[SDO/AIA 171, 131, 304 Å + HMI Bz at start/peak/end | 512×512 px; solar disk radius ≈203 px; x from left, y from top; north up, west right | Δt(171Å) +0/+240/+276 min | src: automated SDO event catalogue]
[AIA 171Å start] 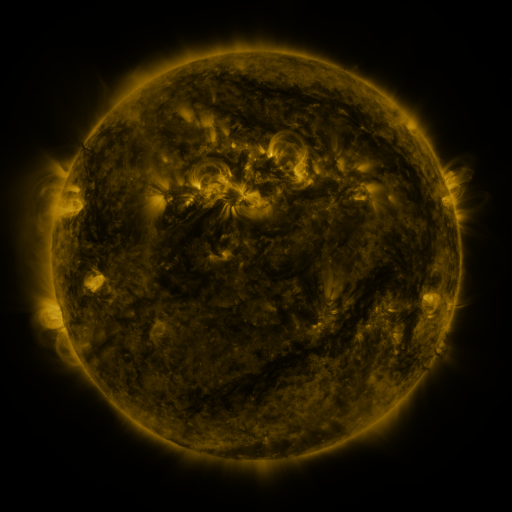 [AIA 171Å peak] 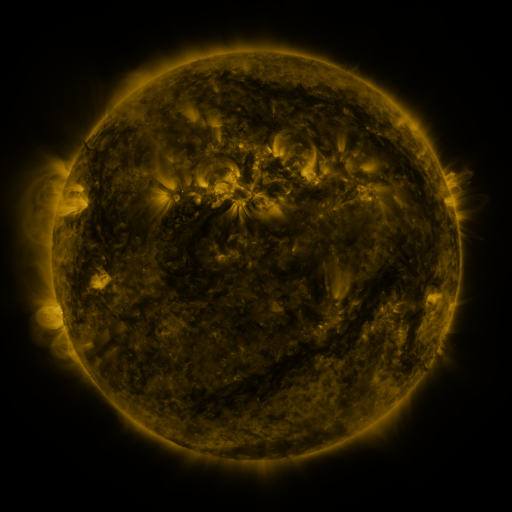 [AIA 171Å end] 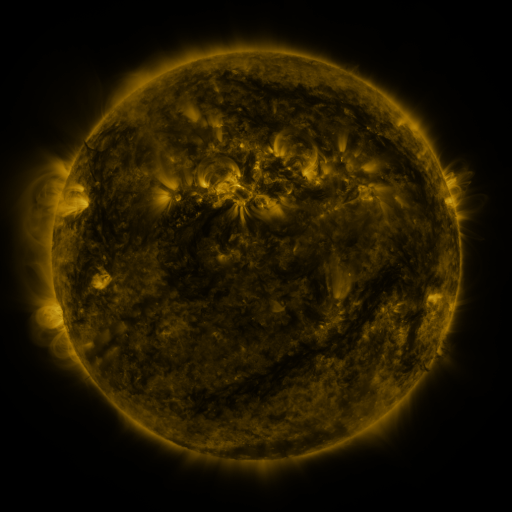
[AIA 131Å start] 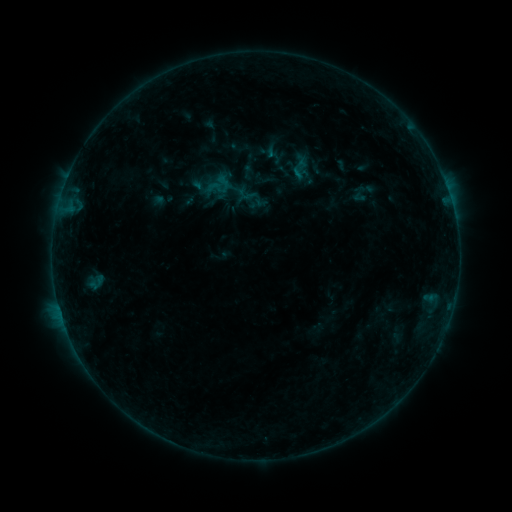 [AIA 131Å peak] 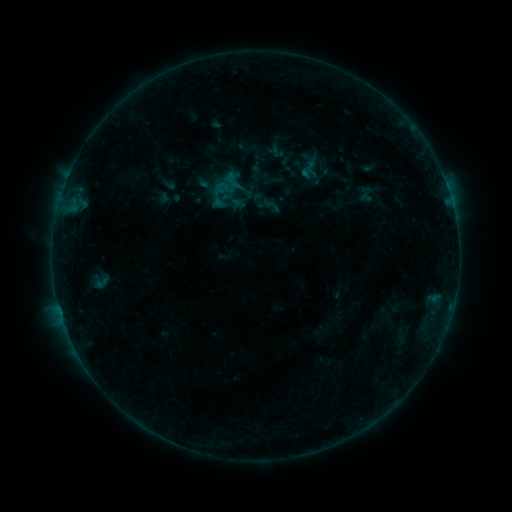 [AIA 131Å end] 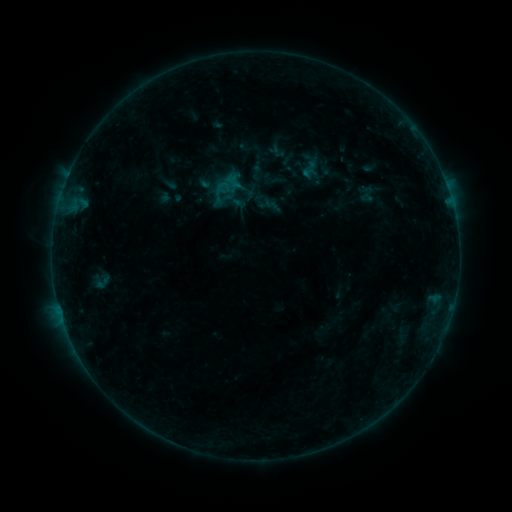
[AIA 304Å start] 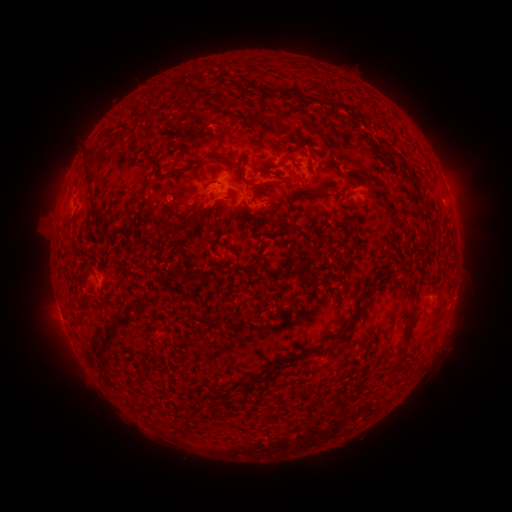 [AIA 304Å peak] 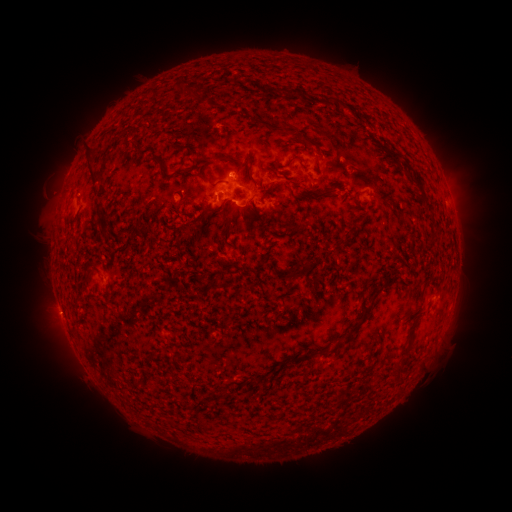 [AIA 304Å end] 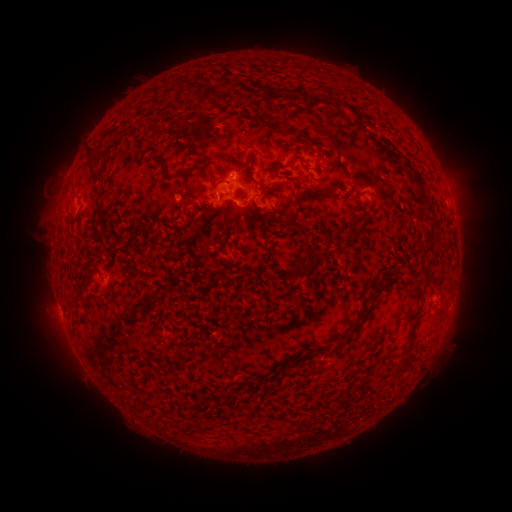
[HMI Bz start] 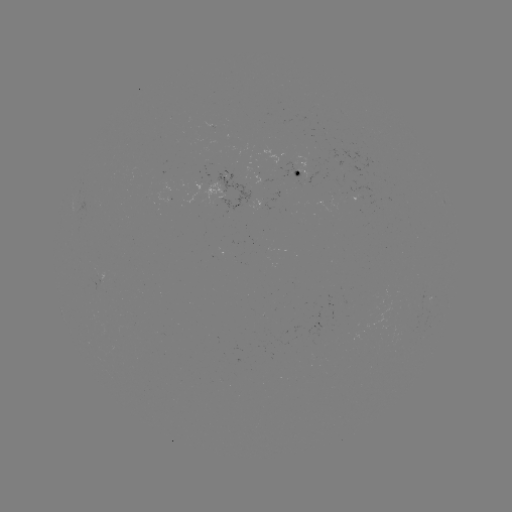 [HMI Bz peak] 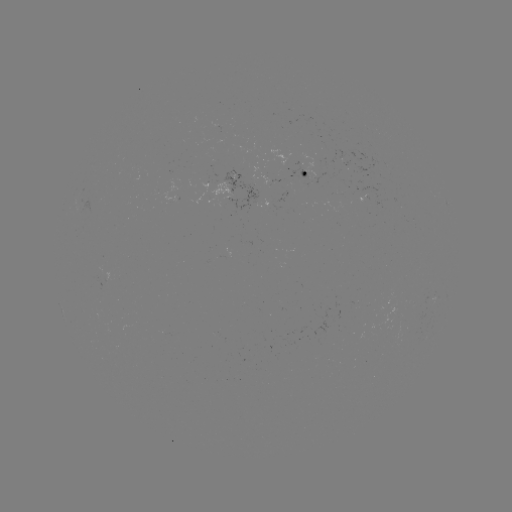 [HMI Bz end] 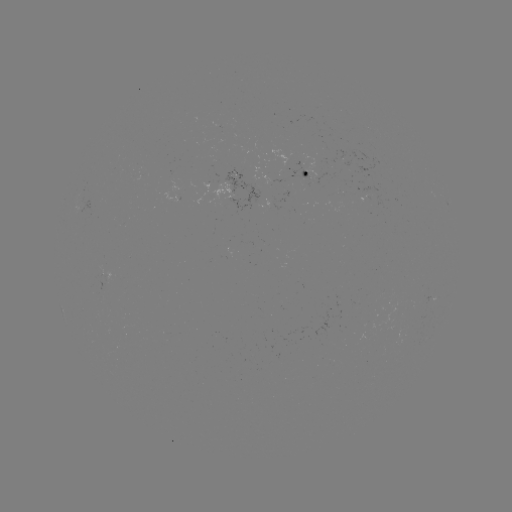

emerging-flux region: [338, 158, 351, 166]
